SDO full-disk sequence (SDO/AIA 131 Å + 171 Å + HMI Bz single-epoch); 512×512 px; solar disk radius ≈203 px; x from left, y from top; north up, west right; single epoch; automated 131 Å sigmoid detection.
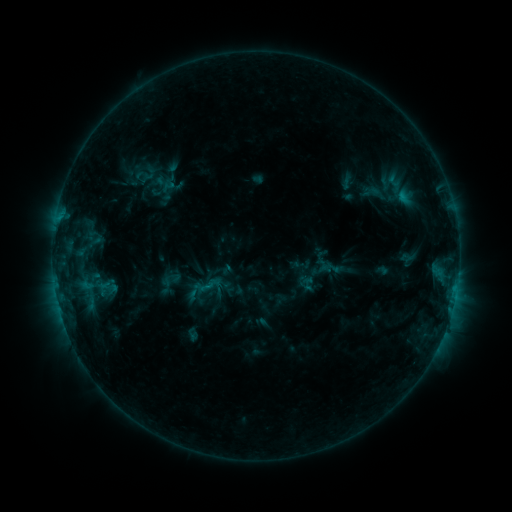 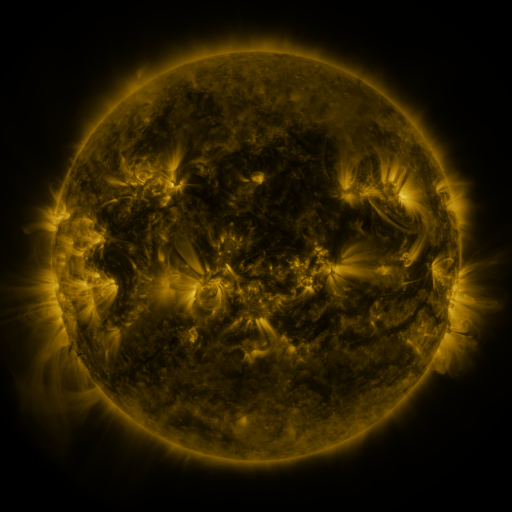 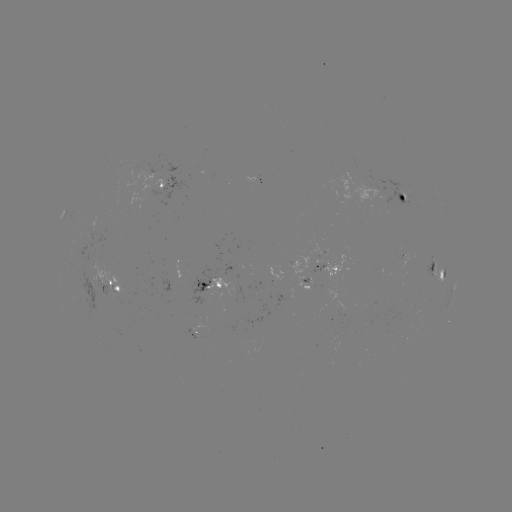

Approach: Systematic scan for sigmoid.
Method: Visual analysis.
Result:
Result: sigmoid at [165, 183].